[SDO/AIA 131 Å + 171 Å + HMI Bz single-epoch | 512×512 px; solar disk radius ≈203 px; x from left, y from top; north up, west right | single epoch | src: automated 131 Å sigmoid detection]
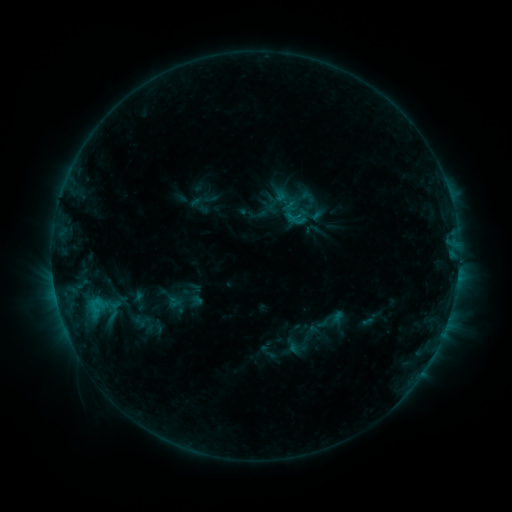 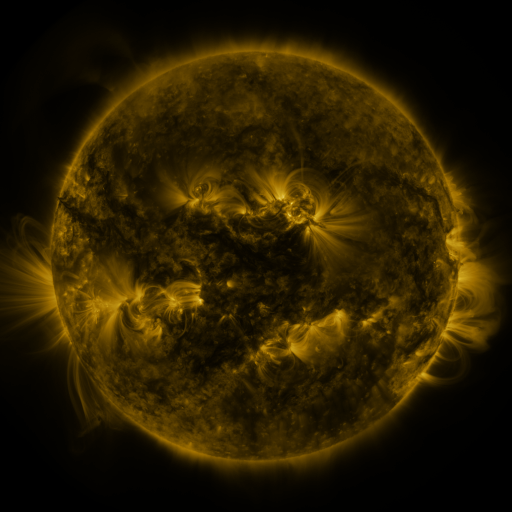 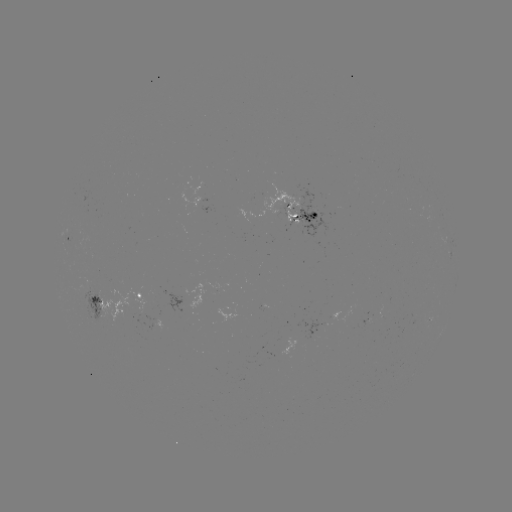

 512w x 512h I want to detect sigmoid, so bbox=[286, 206, 308, 226].